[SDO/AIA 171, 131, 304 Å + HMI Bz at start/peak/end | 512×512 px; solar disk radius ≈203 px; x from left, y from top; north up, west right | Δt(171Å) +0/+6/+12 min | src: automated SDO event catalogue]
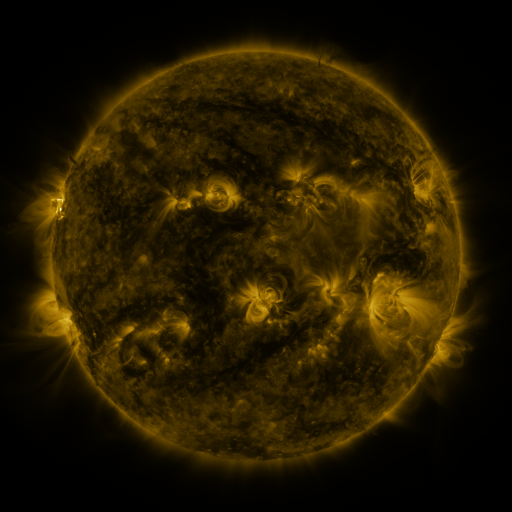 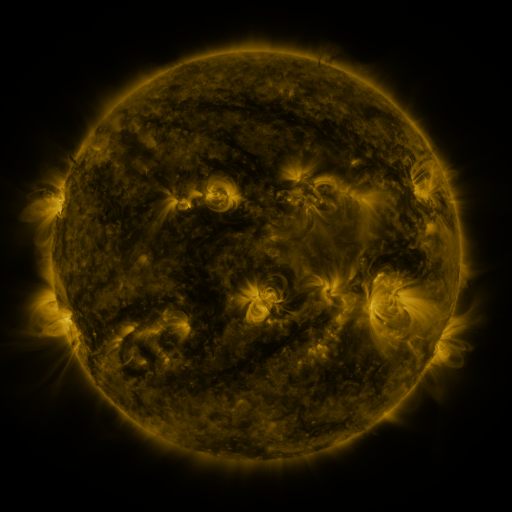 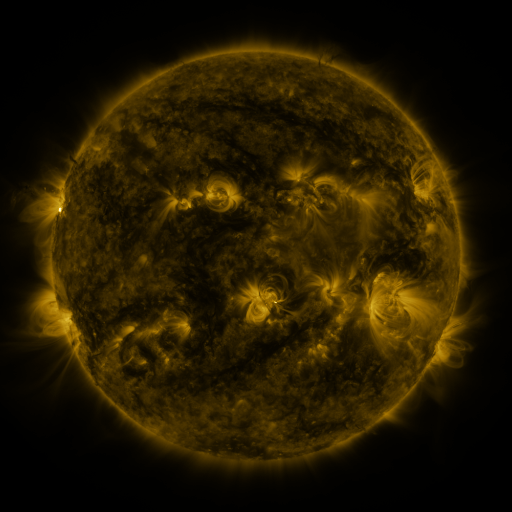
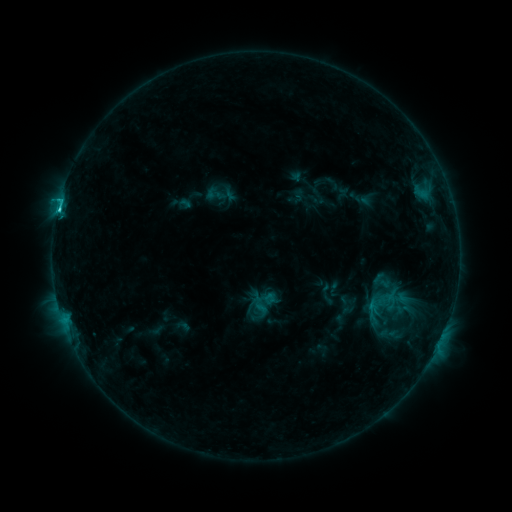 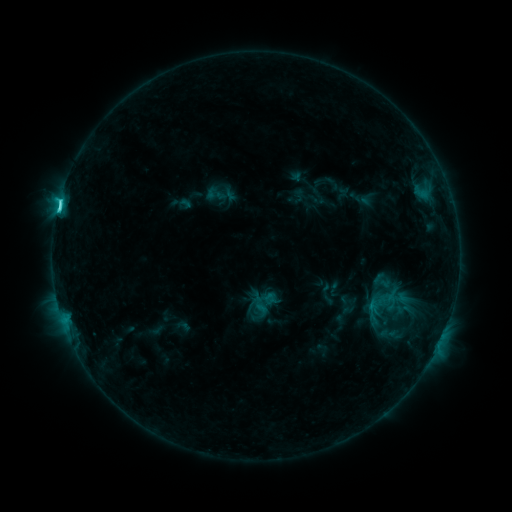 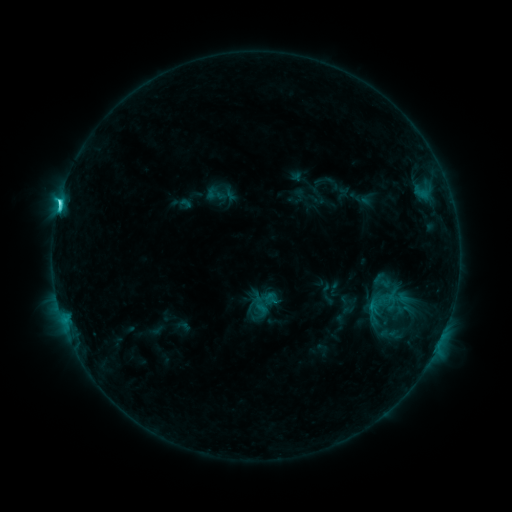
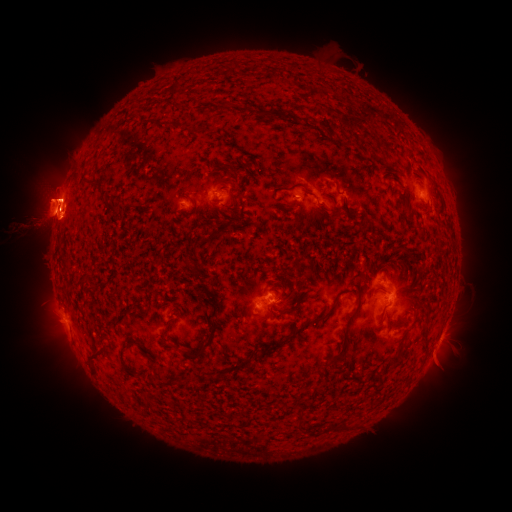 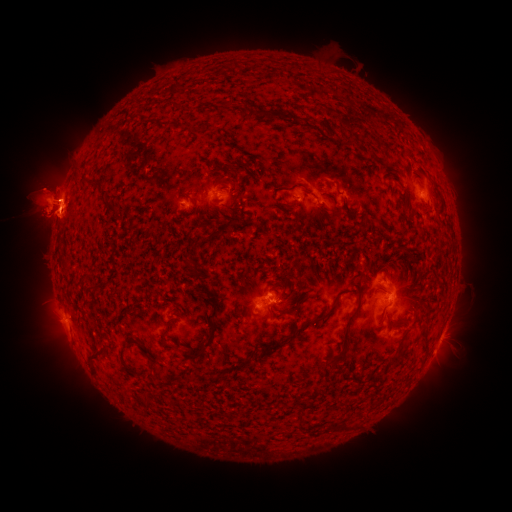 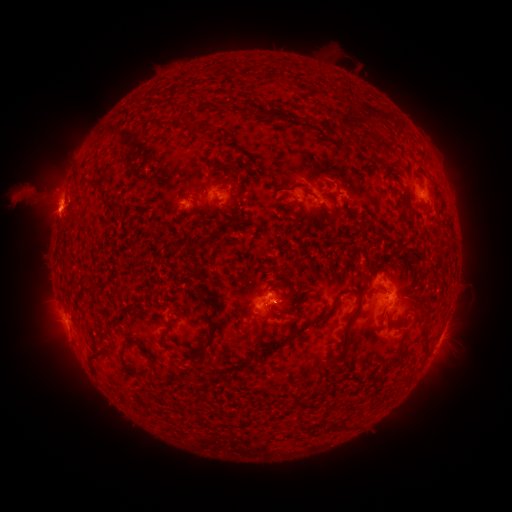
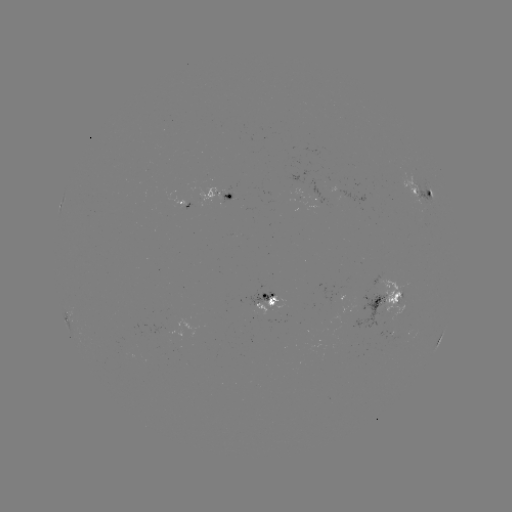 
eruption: <bbox>458, 175, 489, 225</bbox>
